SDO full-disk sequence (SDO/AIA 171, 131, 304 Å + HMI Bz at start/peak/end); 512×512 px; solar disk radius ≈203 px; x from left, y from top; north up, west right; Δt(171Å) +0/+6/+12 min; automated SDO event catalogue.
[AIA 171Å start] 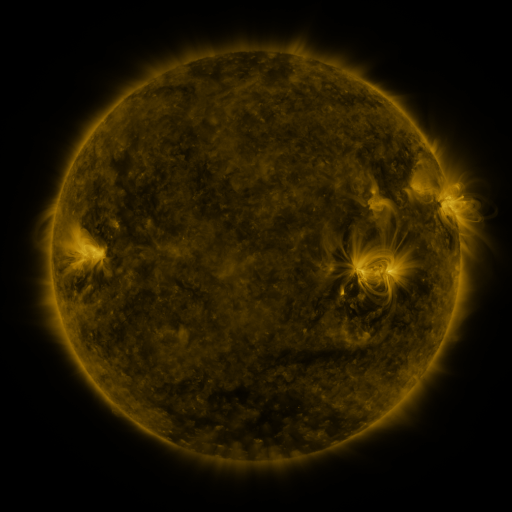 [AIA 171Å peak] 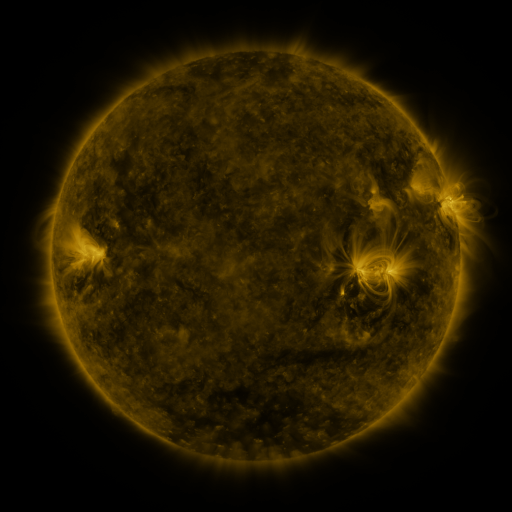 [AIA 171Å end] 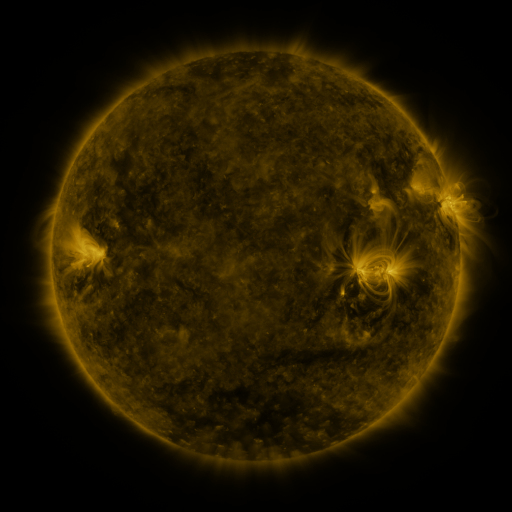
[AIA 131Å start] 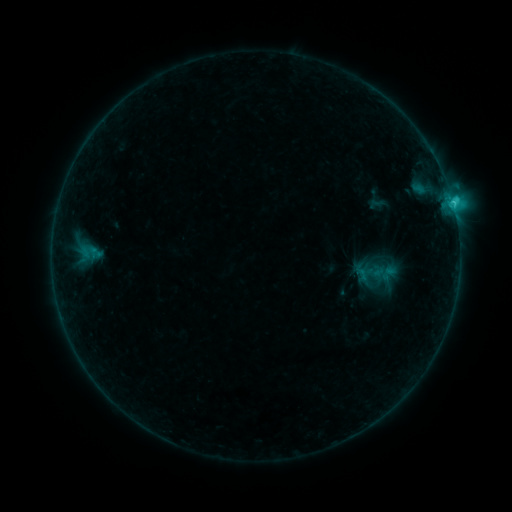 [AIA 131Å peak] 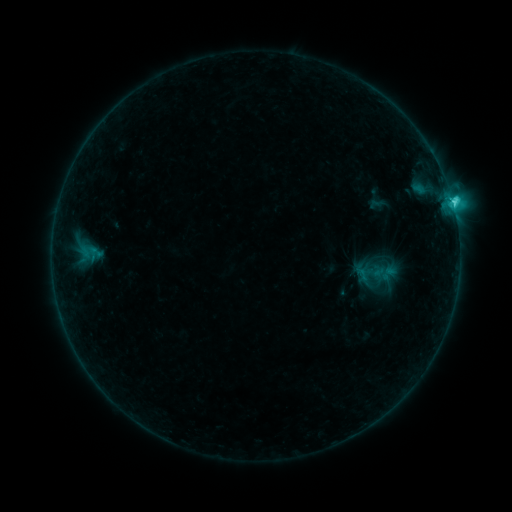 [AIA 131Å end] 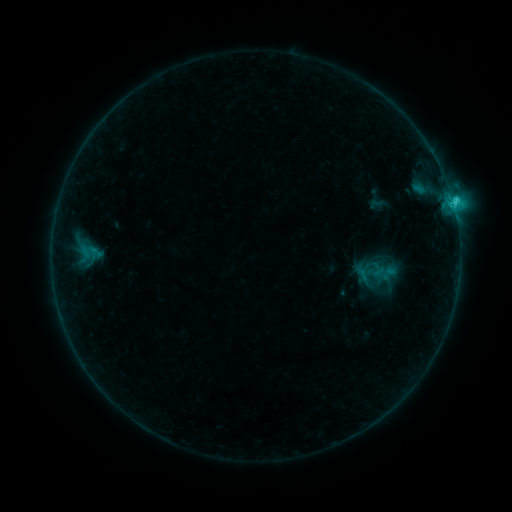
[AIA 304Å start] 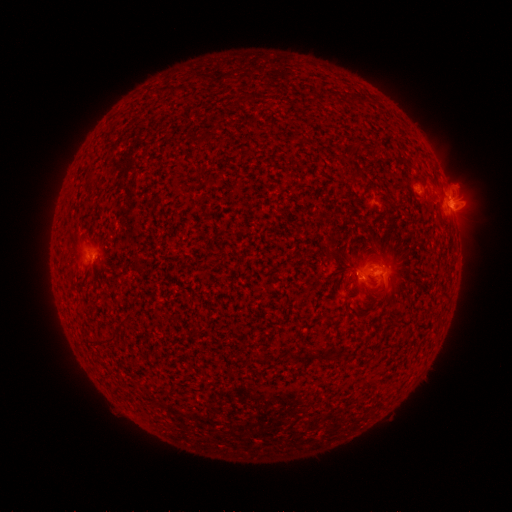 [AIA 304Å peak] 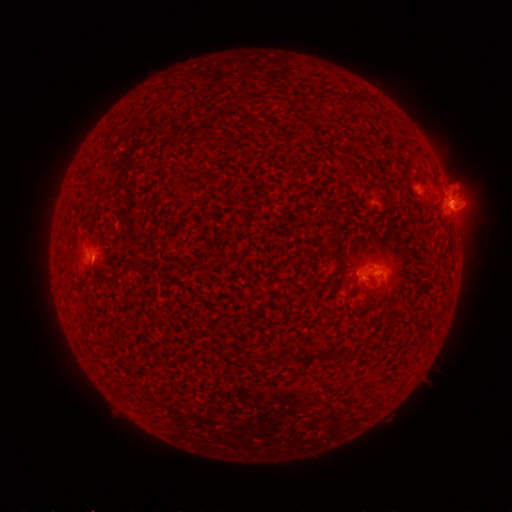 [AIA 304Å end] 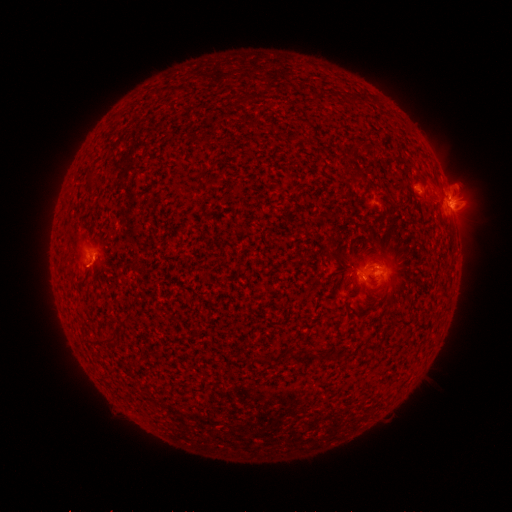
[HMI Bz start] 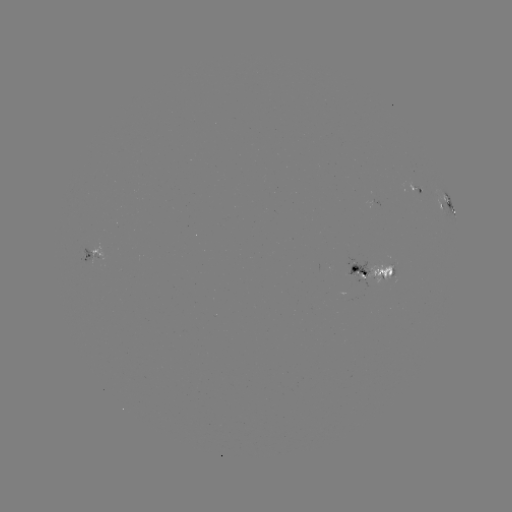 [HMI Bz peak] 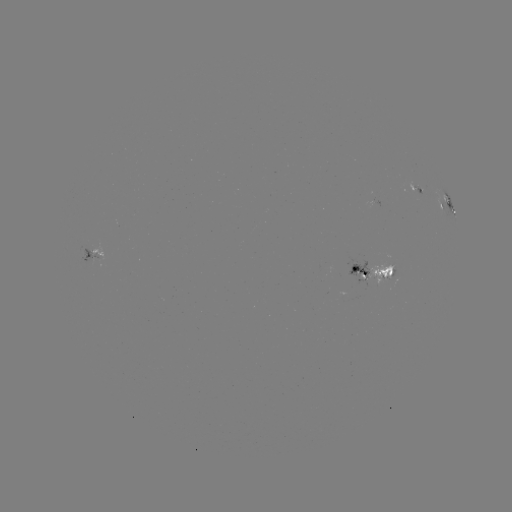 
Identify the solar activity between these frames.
C2.5 flare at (451, 202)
